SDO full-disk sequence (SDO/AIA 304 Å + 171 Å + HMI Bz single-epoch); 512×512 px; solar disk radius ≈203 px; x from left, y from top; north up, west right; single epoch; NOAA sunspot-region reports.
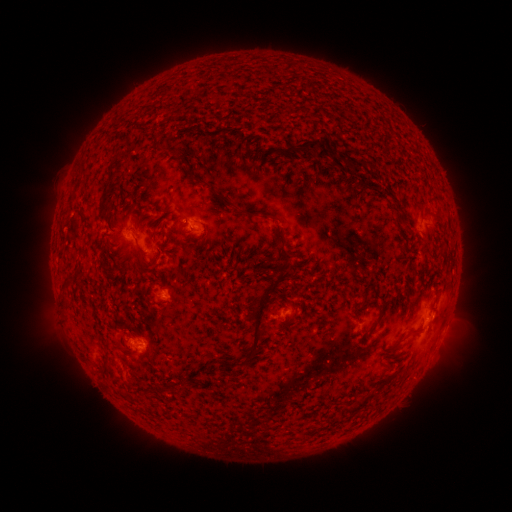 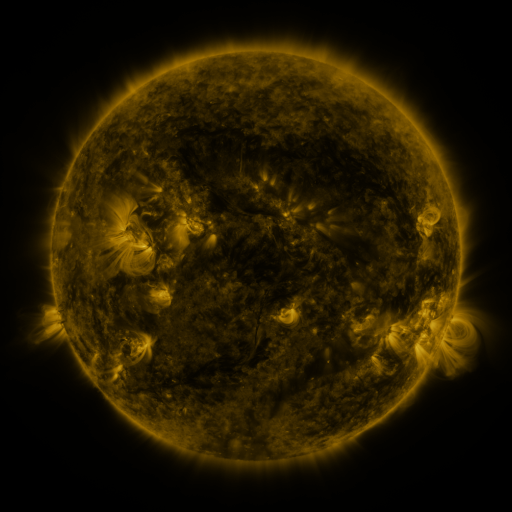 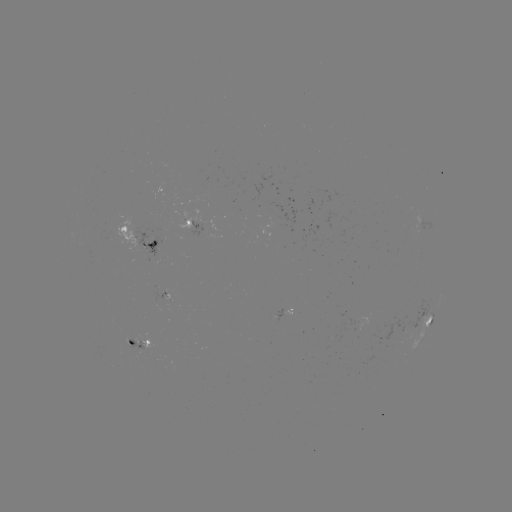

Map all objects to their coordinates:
spotted active region: (192, 222)
spotted active region: (143, 241)
spotted active region: (287, 311)
spotted active region: (429, 319)
spotted active region: (447, 319)
spotted active region: (143, 344)
